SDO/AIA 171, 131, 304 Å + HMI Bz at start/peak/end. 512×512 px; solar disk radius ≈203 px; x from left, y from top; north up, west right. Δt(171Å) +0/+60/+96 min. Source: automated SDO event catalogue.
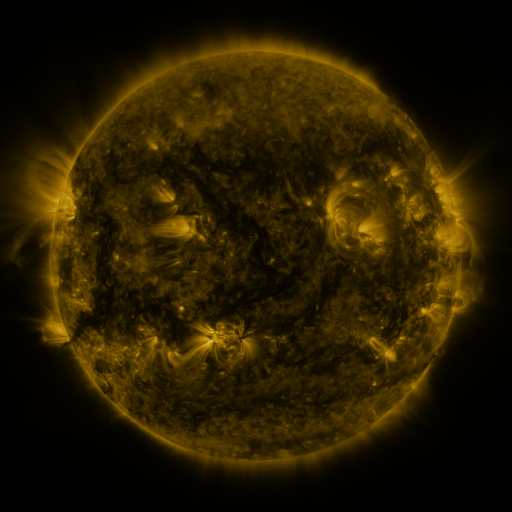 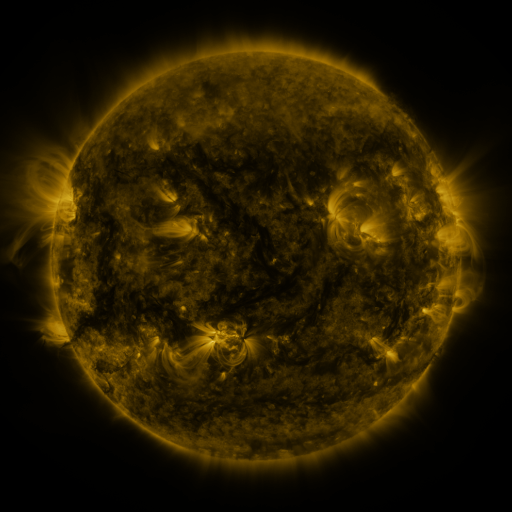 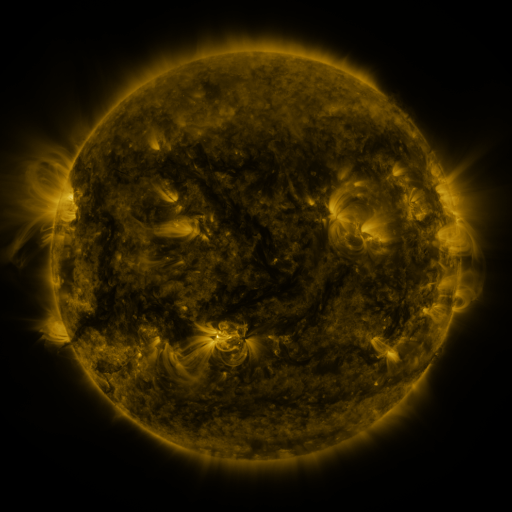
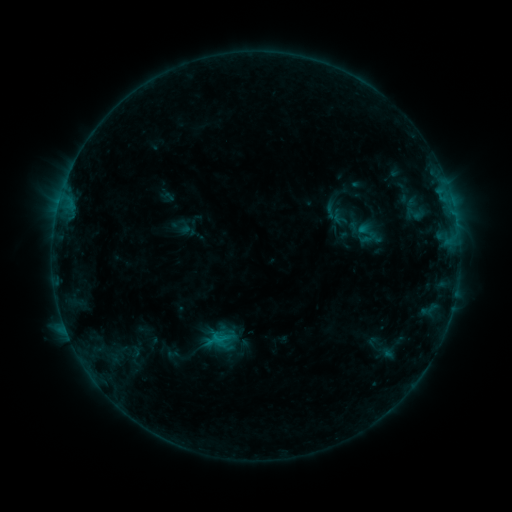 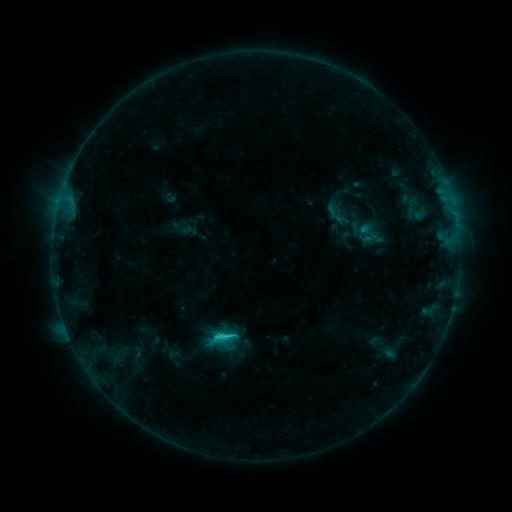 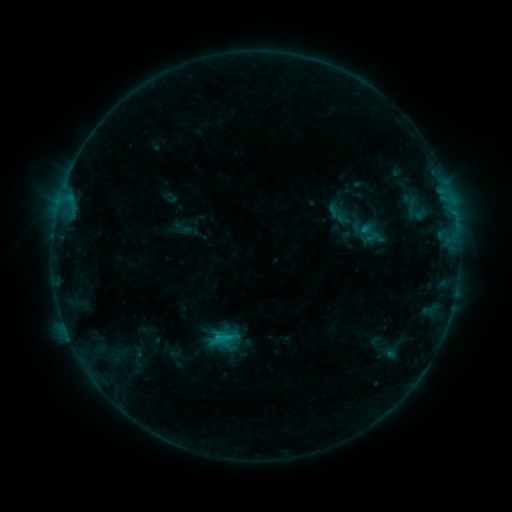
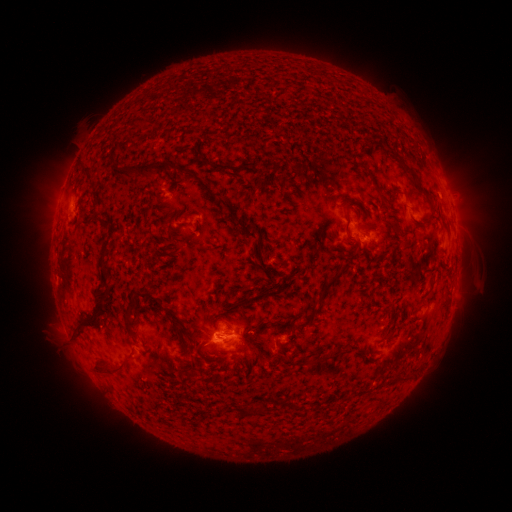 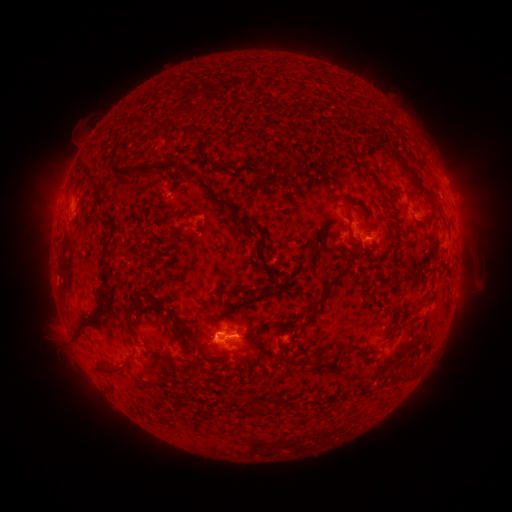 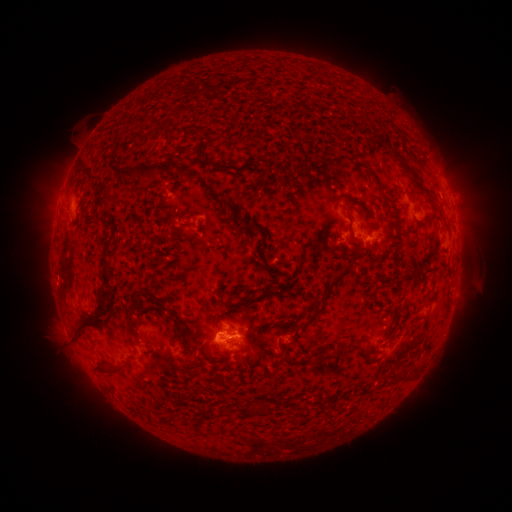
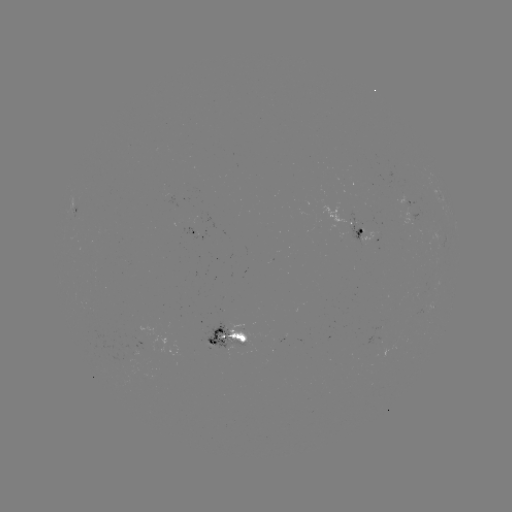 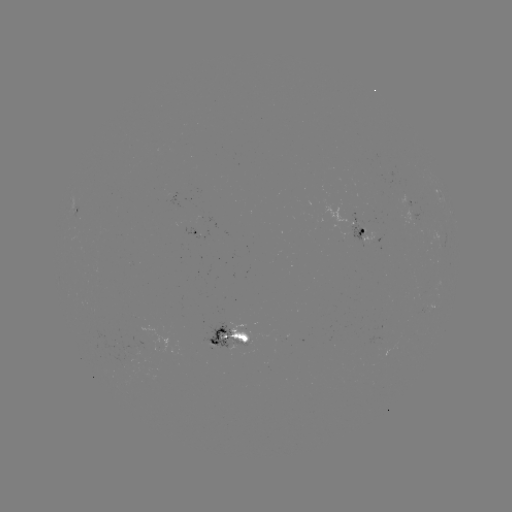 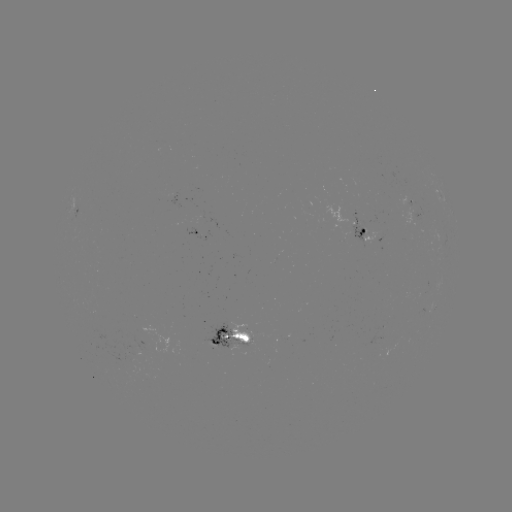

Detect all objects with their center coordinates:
emerging-flux region: (134, 358)
